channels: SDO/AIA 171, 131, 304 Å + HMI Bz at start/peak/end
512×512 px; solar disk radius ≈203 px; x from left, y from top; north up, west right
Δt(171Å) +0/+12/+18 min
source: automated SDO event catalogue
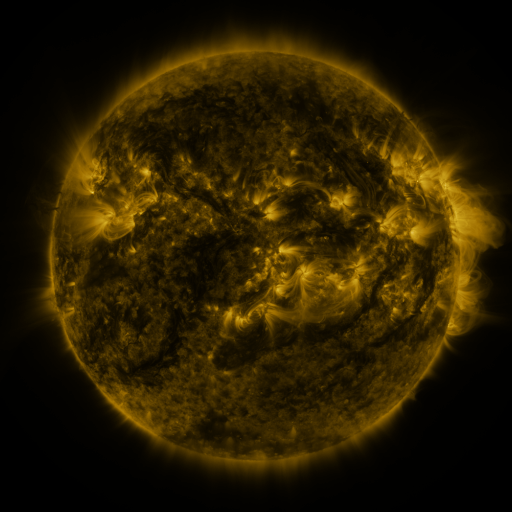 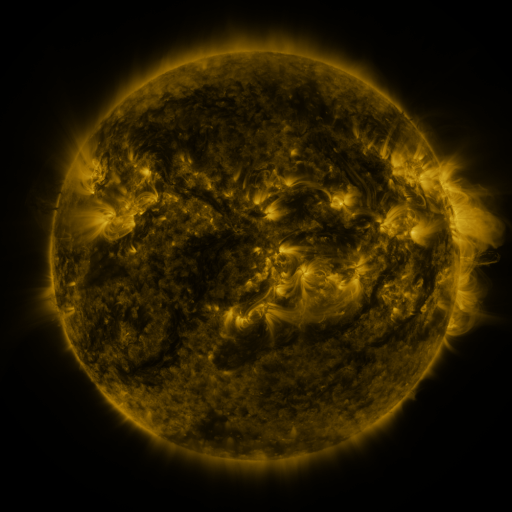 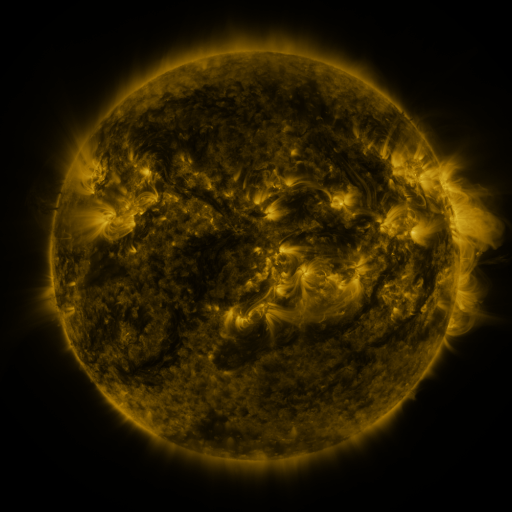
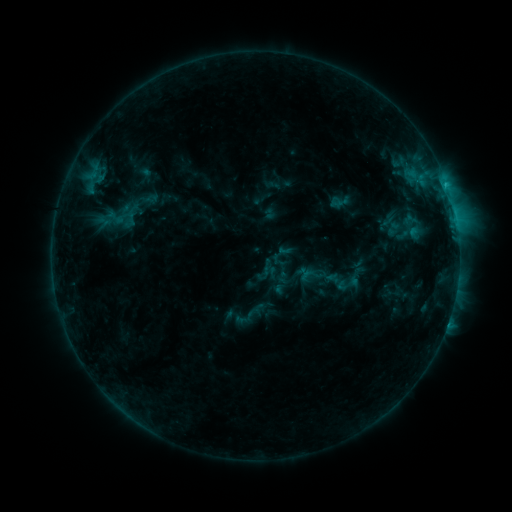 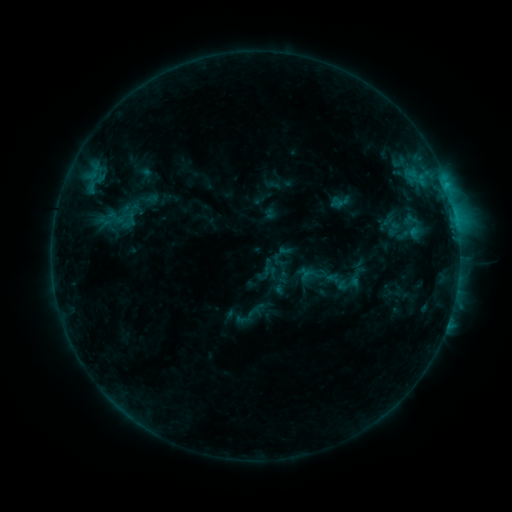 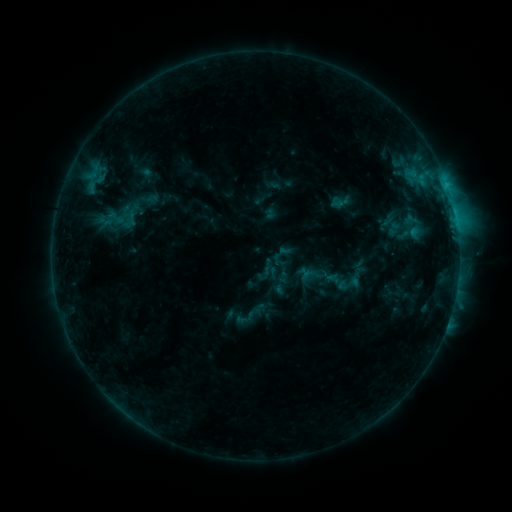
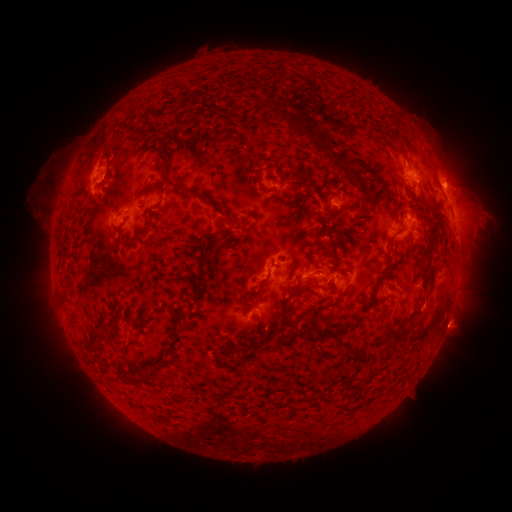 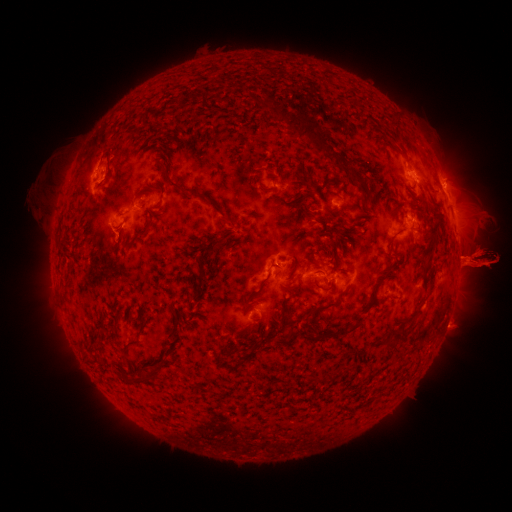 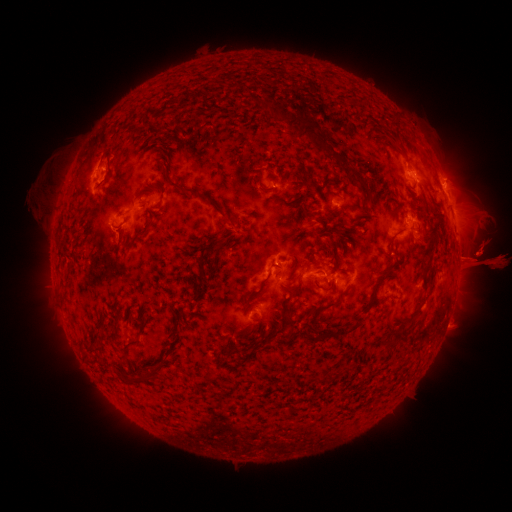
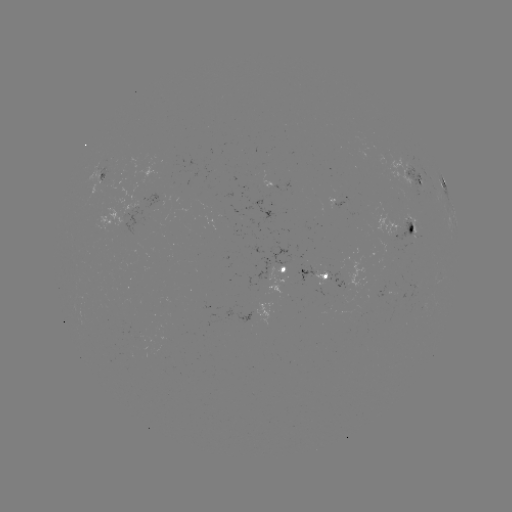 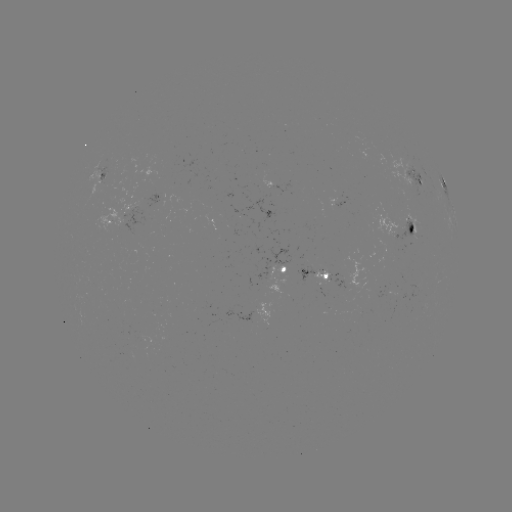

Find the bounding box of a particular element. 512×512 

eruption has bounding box [417, 196, 511, 318].